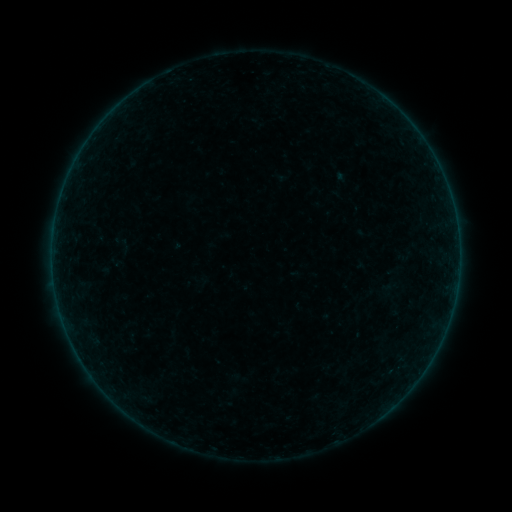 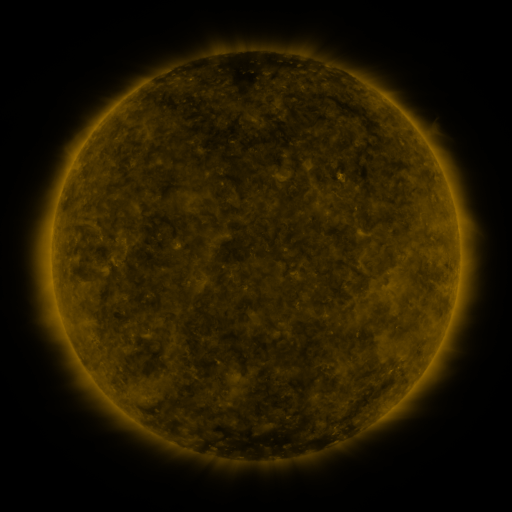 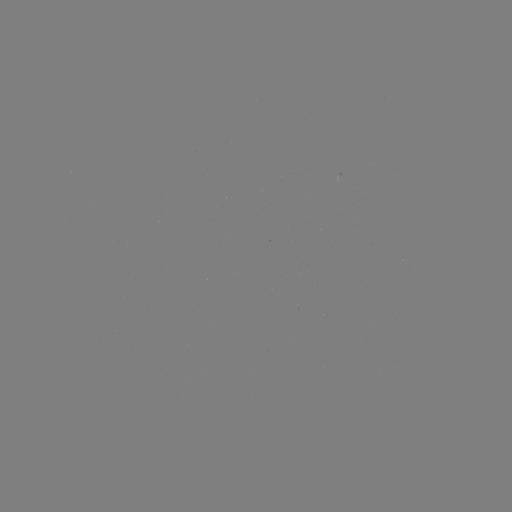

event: sigmoid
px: (124, 246)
